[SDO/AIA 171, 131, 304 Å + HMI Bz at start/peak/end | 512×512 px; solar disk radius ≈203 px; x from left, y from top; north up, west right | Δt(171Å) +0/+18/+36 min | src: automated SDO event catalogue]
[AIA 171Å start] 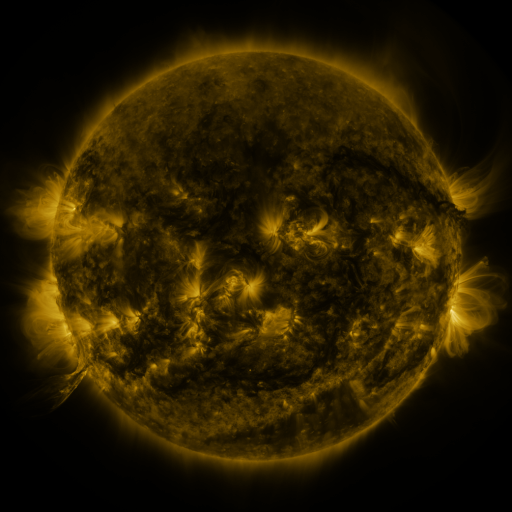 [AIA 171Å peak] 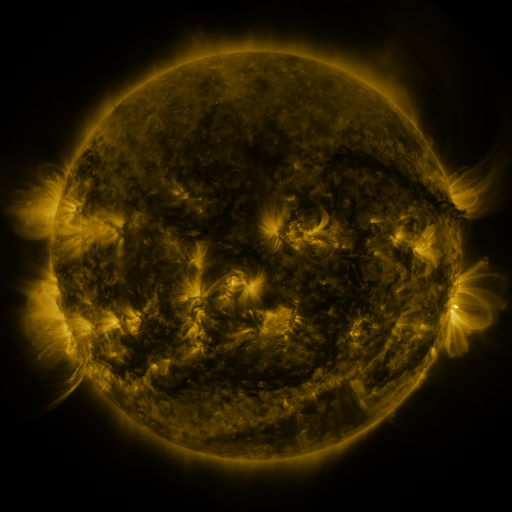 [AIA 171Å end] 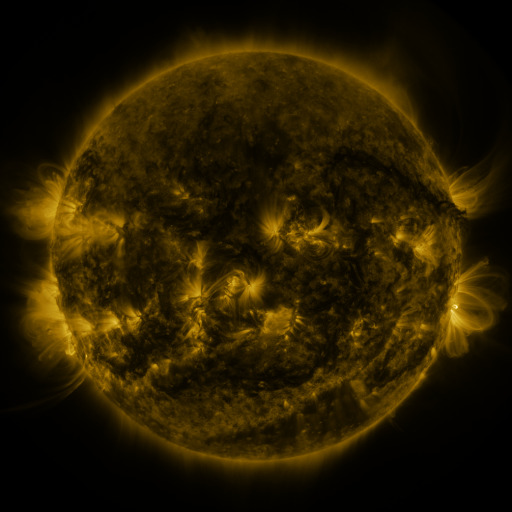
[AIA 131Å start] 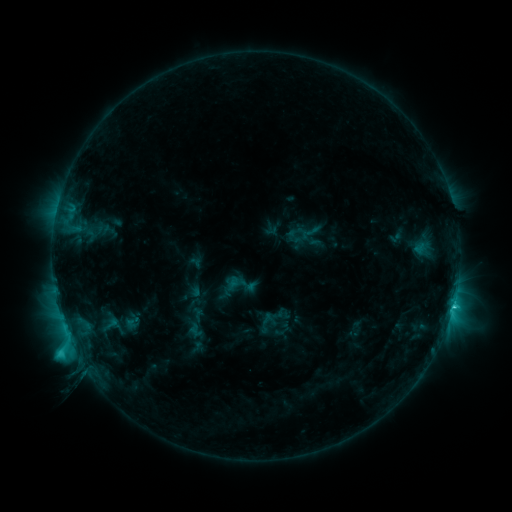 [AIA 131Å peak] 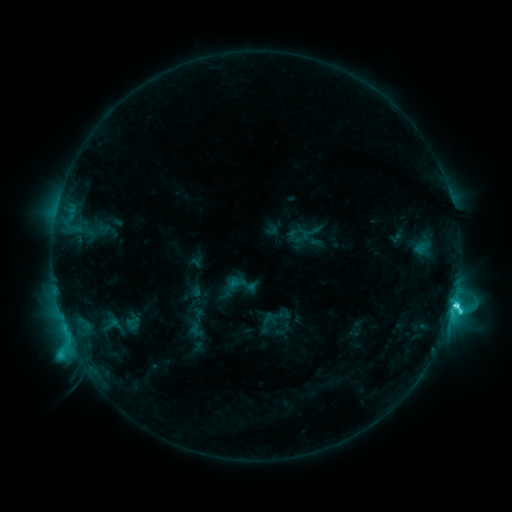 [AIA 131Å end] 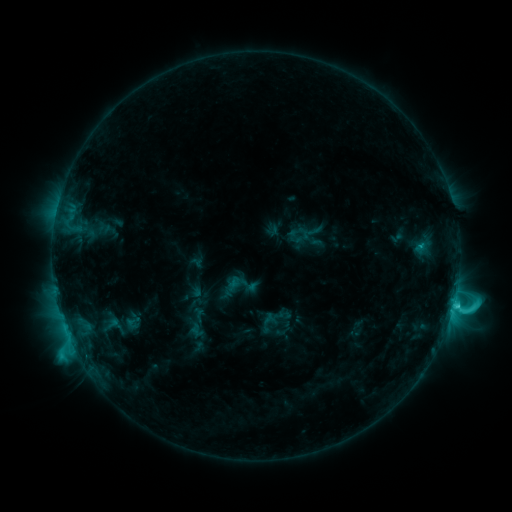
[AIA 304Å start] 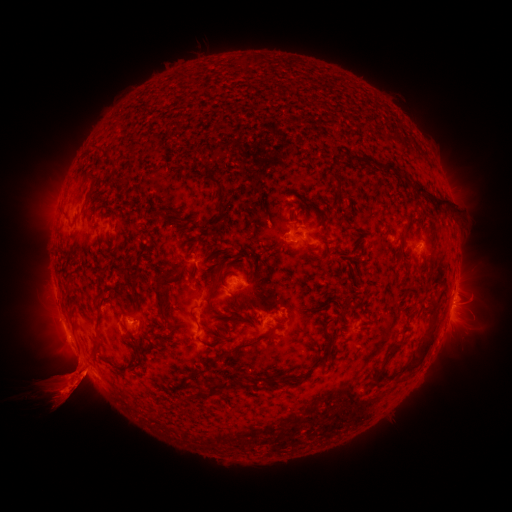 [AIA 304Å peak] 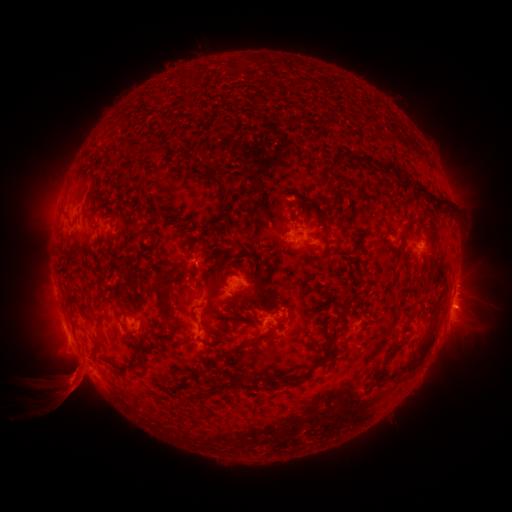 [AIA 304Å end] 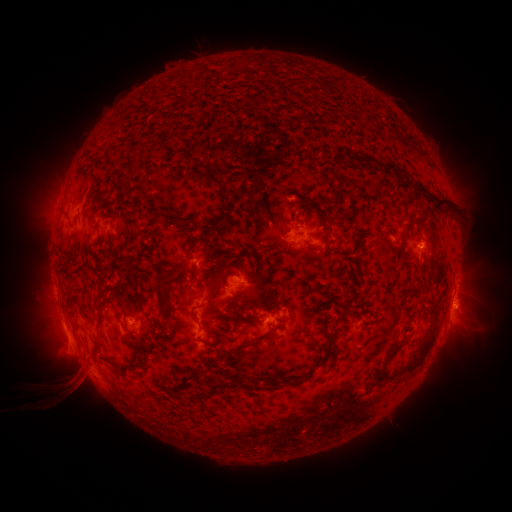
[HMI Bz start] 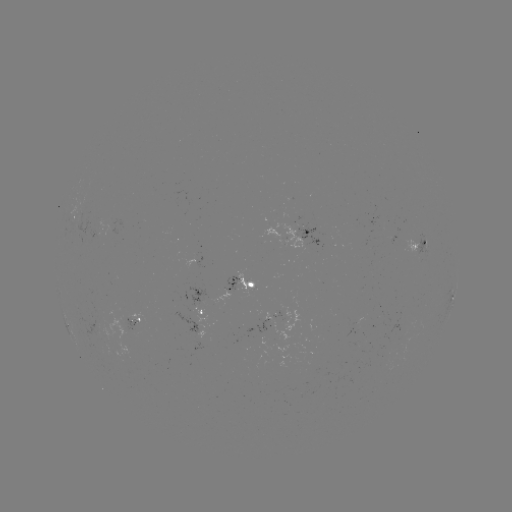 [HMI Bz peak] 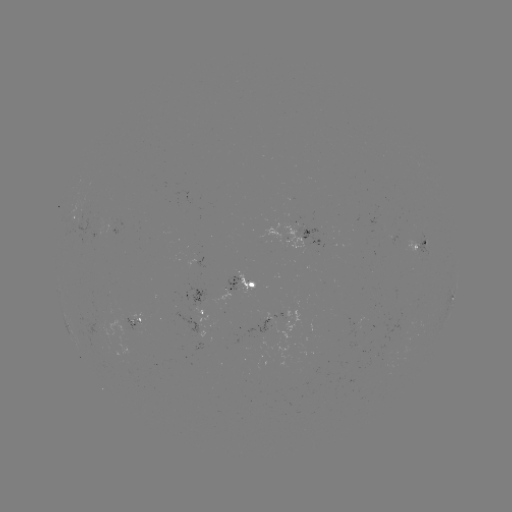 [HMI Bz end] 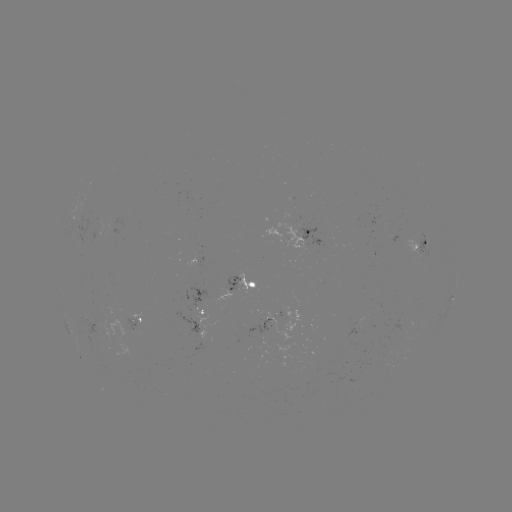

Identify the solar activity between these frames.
C5.7 flare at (453, 302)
